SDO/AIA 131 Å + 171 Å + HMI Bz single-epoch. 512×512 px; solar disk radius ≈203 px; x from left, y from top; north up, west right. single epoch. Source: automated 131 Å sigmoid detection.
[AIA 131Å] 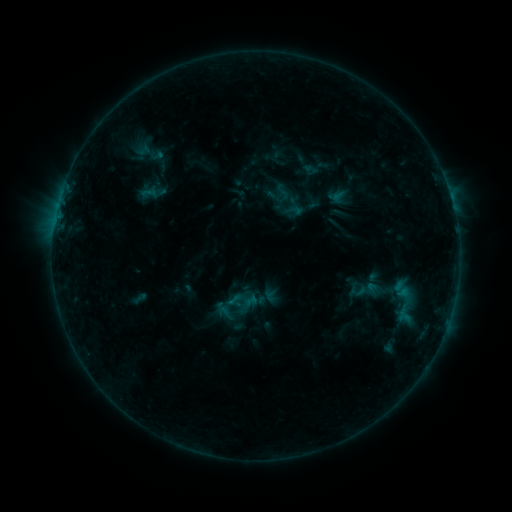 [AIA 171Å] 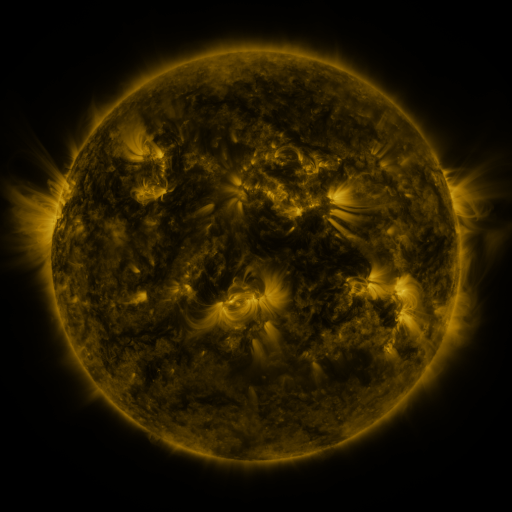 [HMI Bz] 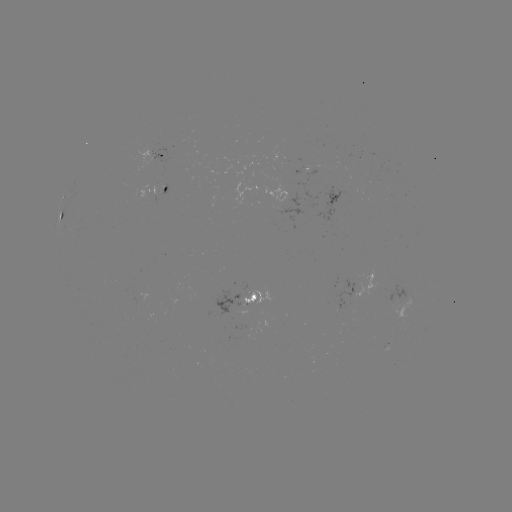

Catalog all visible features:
sigmoid: (148, 151)
sigmoid: (308, 164)
sigmoid: (401, 290)
sigmoid: (407, 304)
